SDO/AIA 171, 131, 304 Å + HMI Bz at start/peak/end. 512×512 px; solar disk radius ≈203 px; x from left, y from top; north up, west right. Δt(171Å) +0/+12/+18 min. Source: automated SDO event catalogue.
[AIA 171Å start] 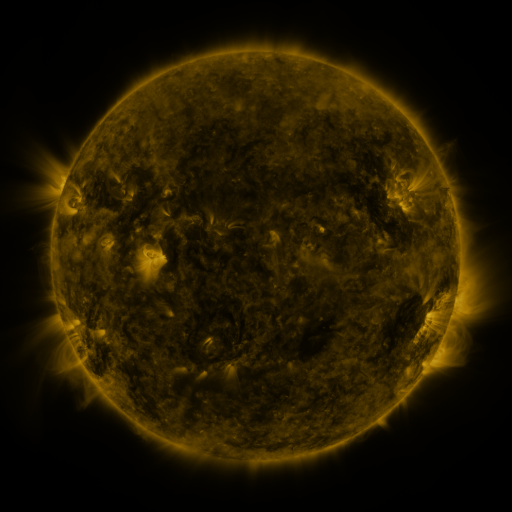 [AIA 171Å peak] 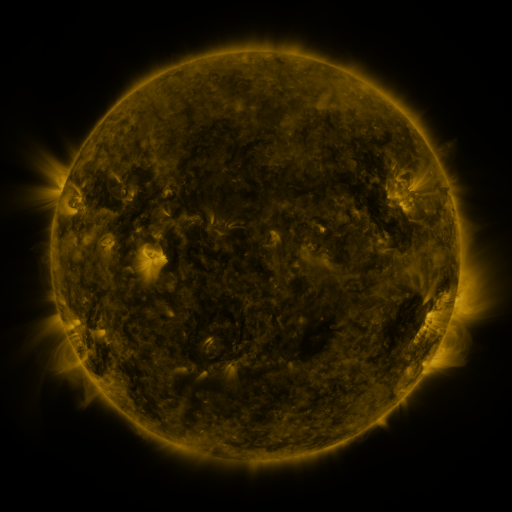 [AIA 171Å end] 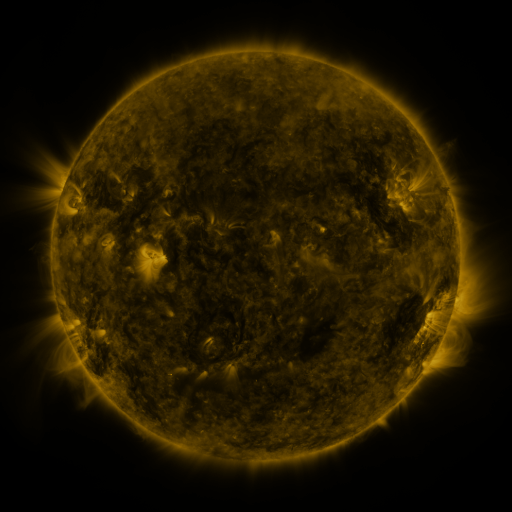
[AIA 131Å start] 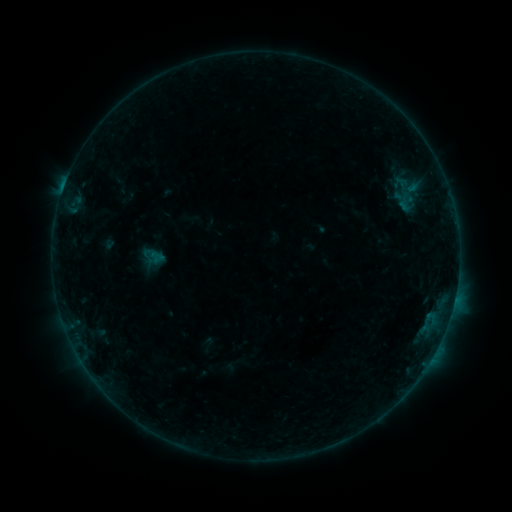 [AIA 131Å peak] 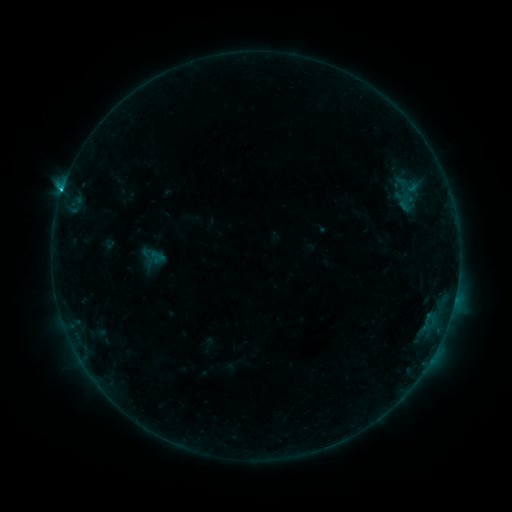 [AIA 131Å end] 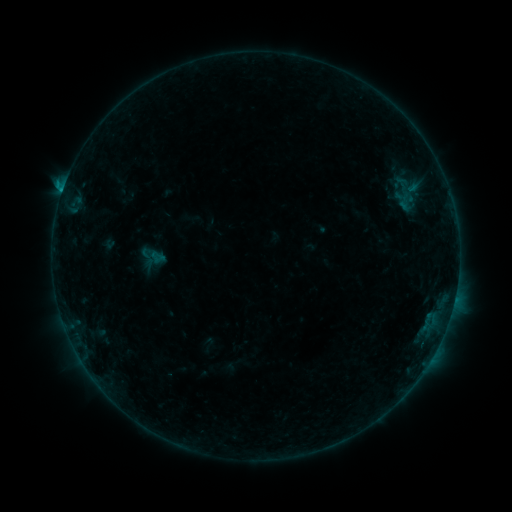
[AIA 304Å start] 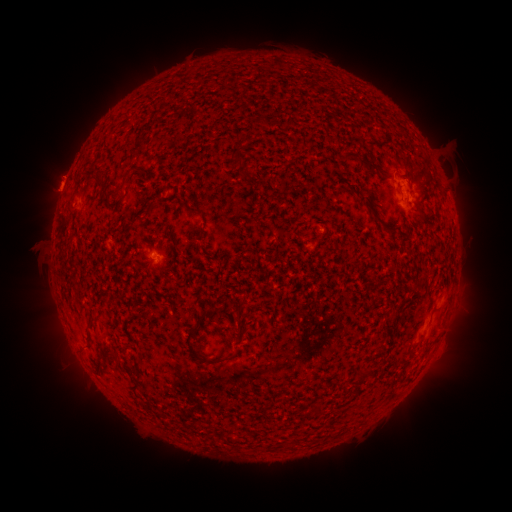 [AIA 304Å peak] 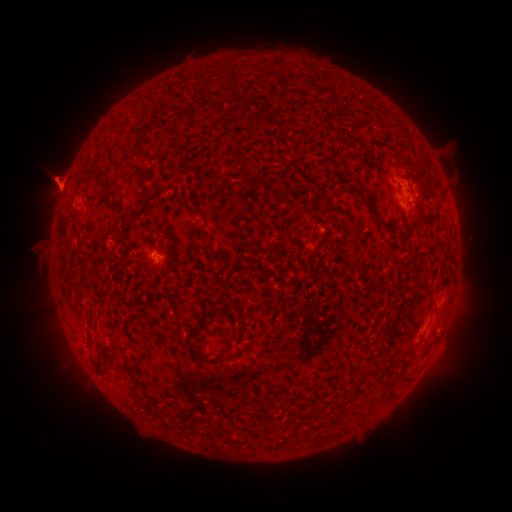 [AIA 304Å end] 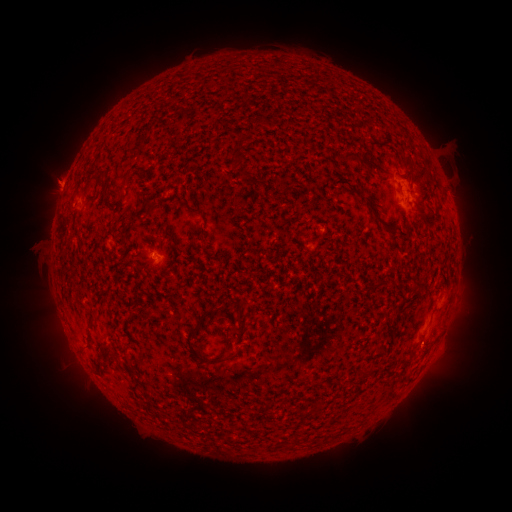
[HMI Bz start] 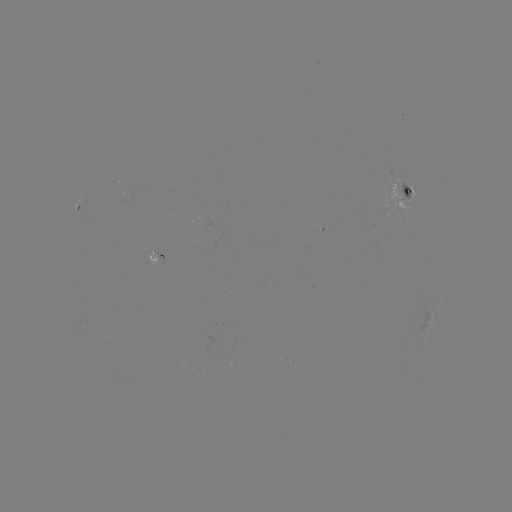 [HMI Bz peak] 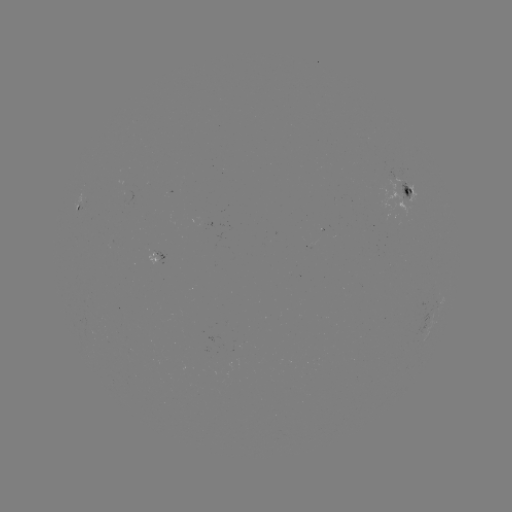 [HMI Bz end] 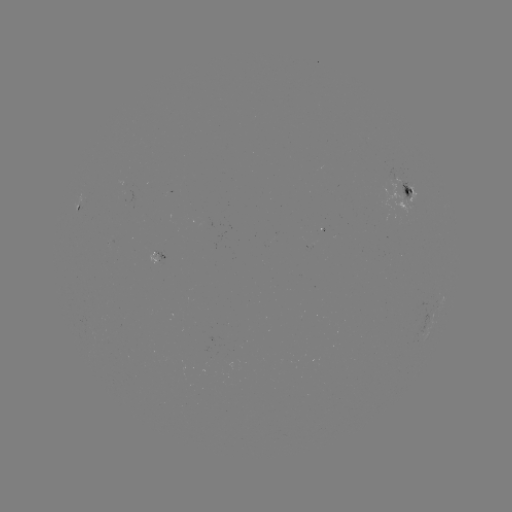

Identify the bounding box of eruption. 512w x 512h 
[18, 147, 82, 219].